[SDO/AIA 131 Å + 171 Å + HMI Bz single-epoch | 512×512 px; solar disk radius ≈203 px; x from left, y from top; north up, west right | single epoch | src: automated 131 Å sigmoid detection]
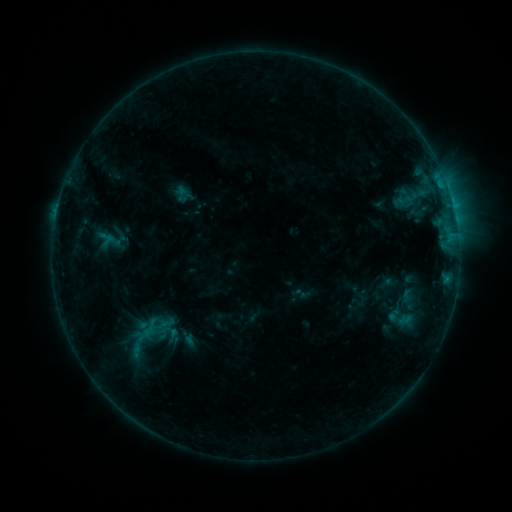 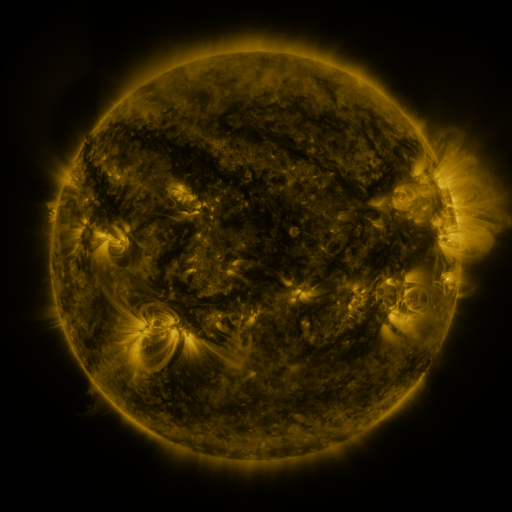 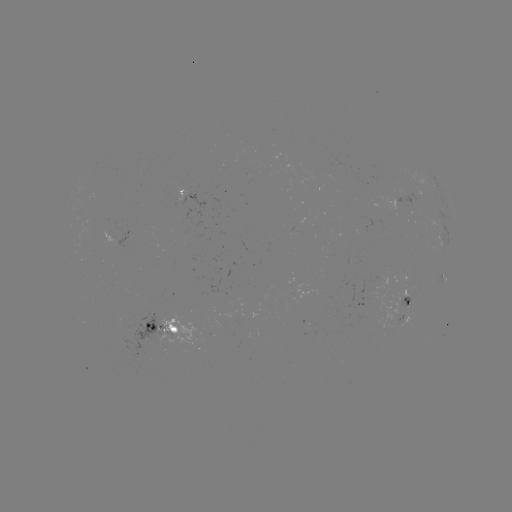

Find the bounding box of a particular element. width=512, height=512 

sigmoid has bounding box [136, 318, 163, 337].